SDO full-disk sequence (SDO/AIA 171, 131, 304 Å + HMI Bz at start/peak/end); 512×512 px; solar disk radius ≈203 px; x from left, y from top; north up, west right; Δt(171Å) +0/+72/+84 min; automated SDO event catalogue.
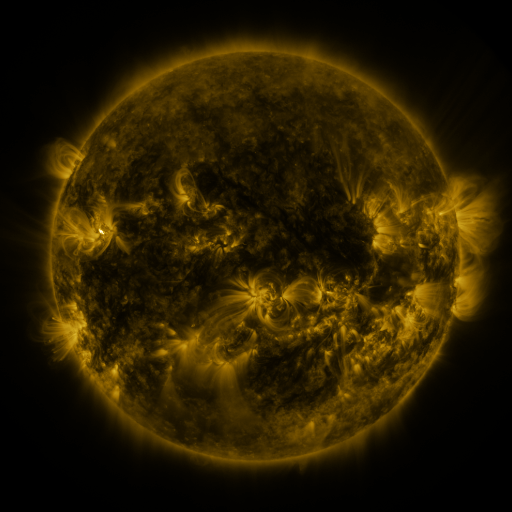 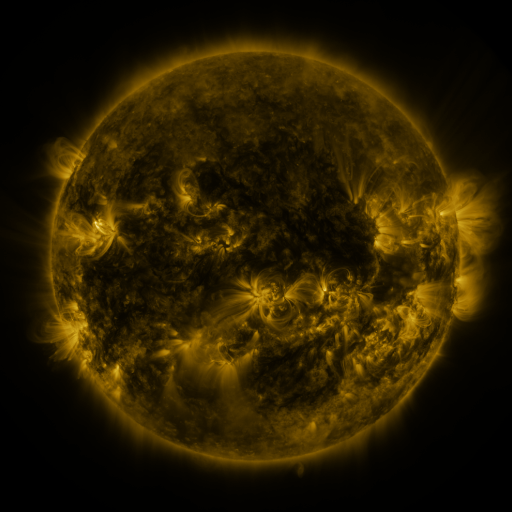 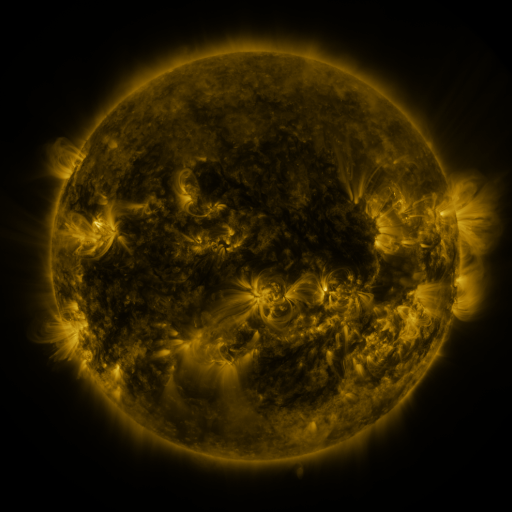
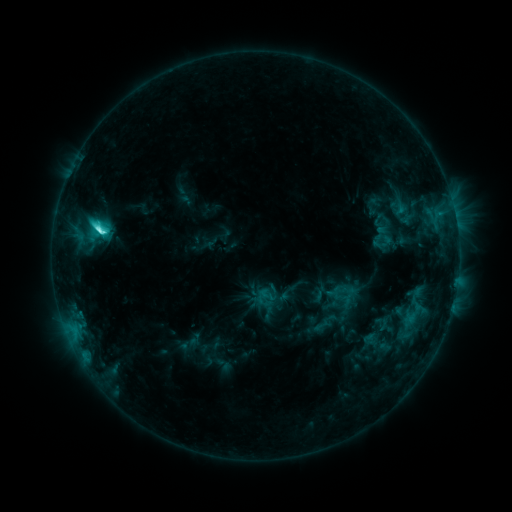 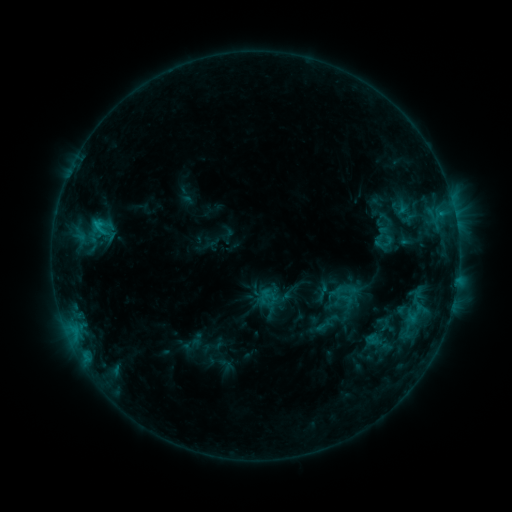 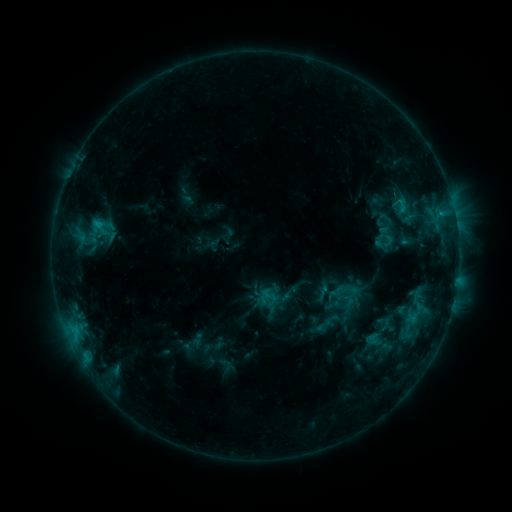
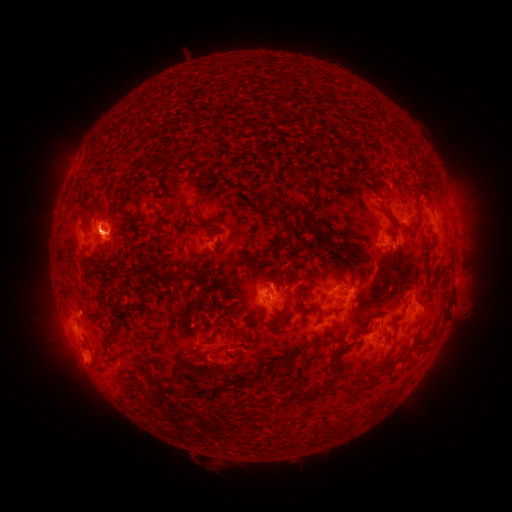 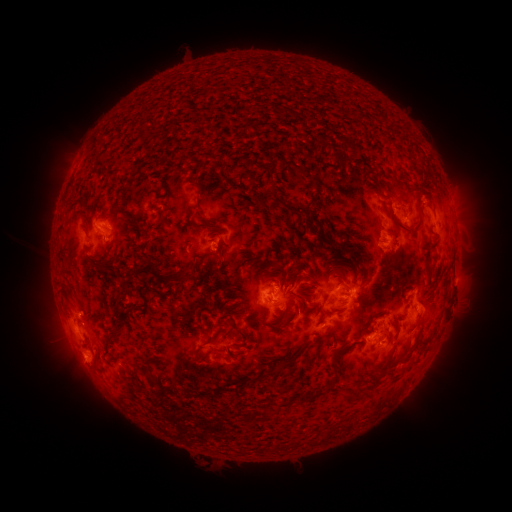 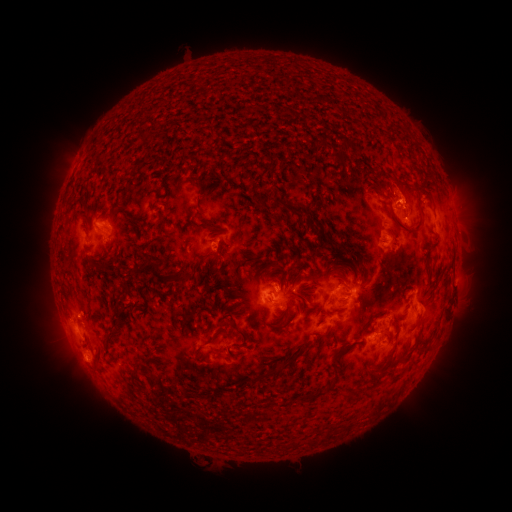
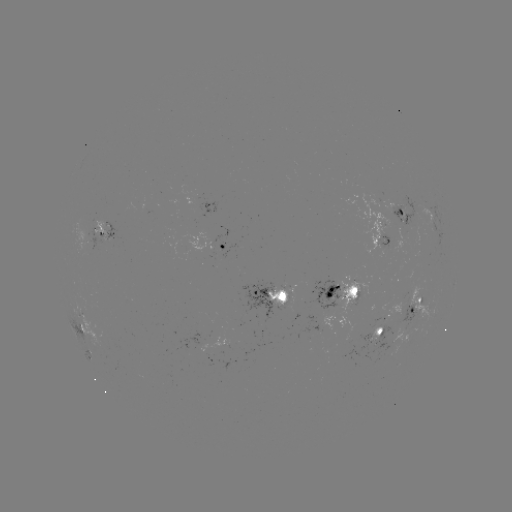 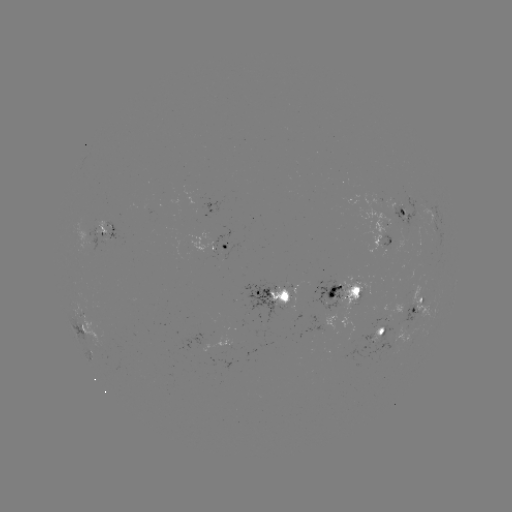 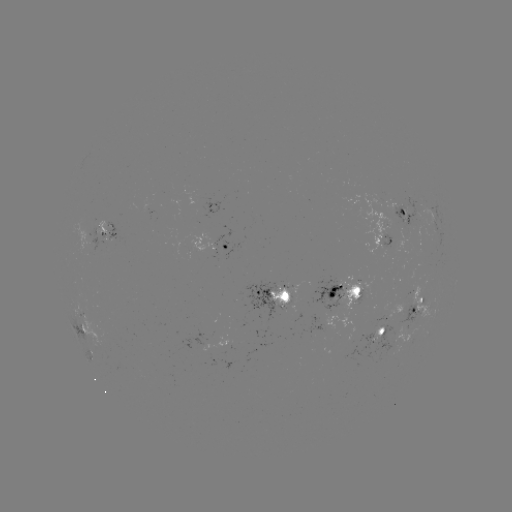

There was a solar emerging-flux region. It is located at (403, 208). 